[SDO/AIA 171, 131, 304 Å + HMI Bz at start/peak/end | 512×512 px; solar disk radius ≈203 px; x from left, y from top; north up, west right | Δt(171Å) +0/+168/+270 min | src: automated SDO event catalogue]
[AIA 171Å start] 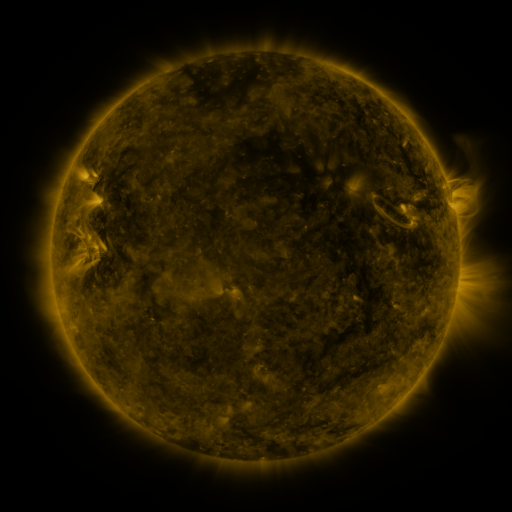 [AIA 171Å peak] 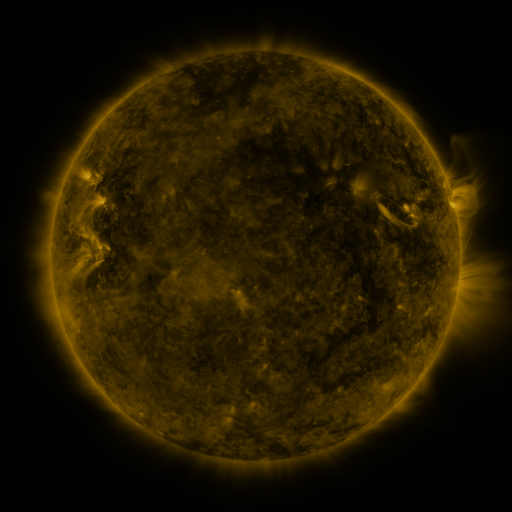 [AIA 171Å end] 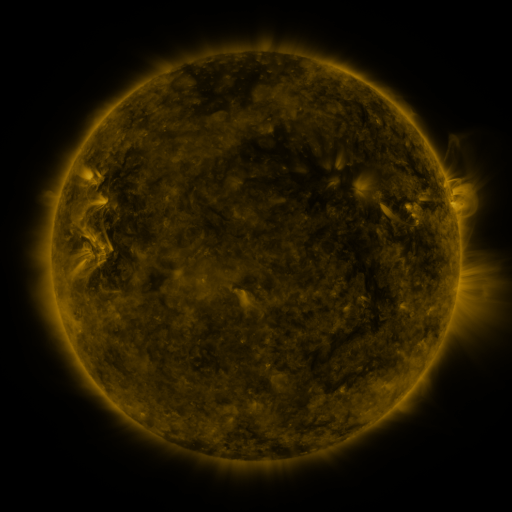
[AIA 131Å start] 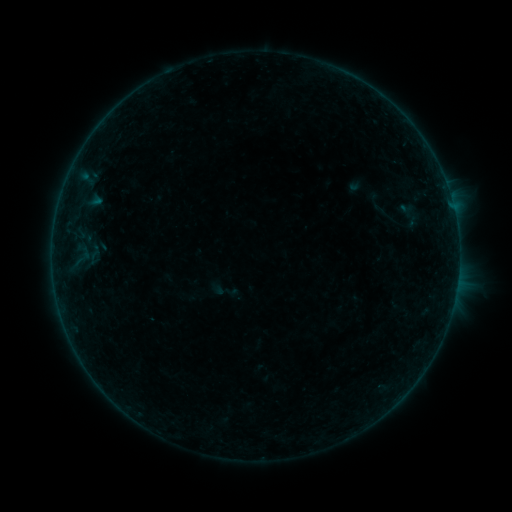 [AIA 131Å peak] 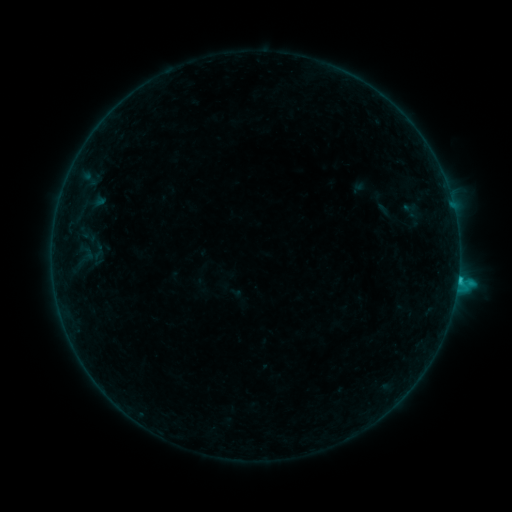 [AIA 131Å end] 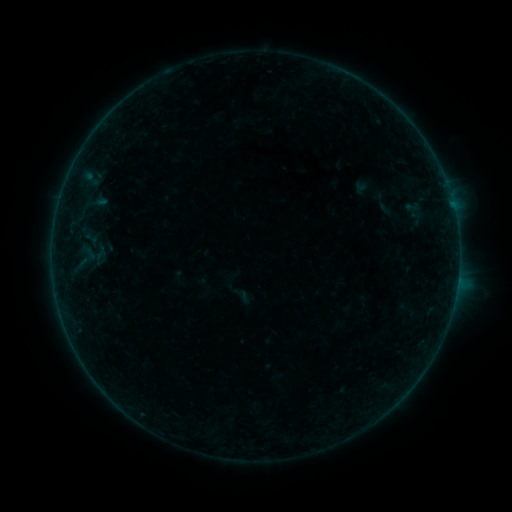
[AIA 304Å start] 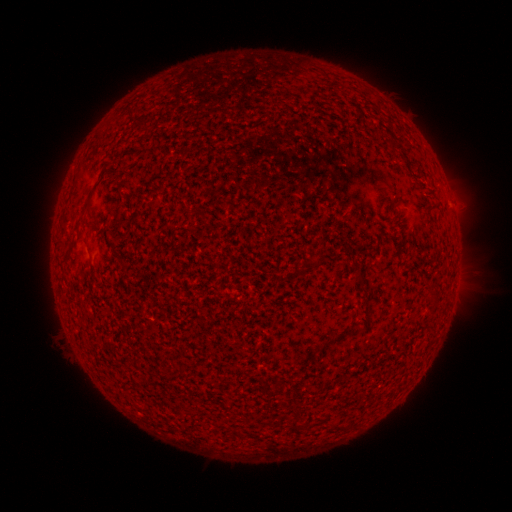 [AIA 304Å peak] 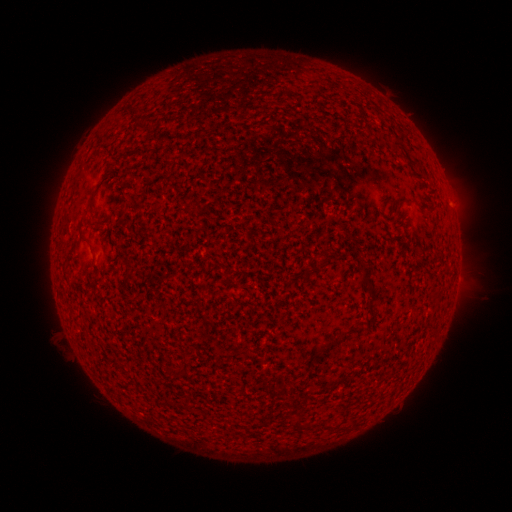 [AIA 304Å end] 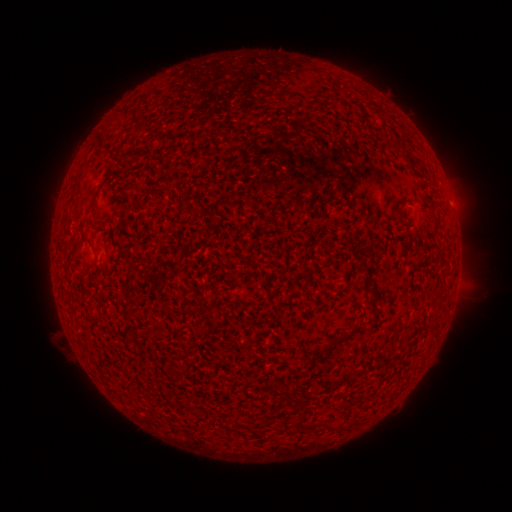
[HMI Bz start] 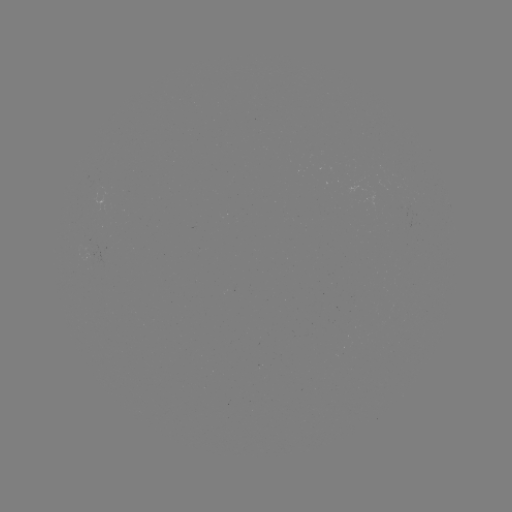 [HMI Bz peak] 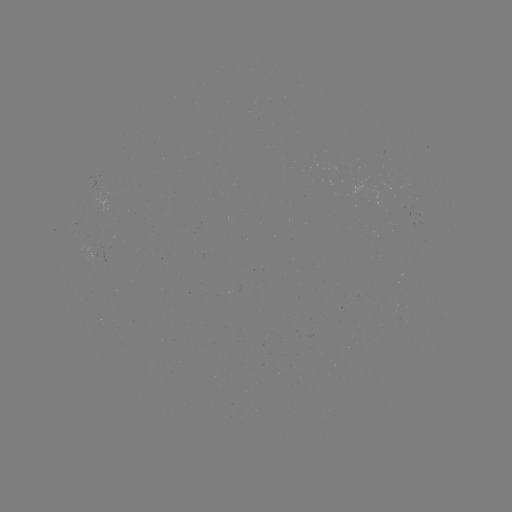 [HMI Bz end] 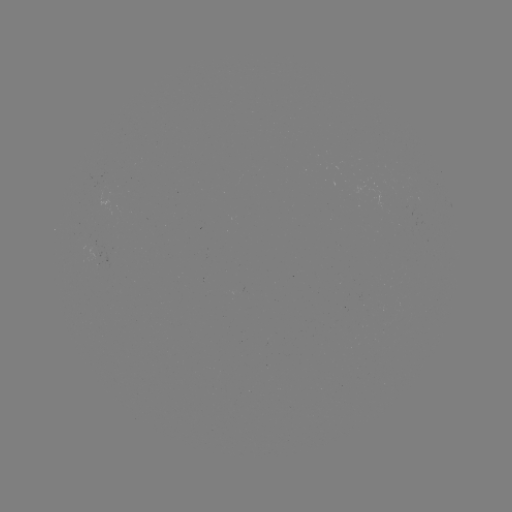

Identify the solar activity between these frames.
C1.3 flare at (458, 277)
